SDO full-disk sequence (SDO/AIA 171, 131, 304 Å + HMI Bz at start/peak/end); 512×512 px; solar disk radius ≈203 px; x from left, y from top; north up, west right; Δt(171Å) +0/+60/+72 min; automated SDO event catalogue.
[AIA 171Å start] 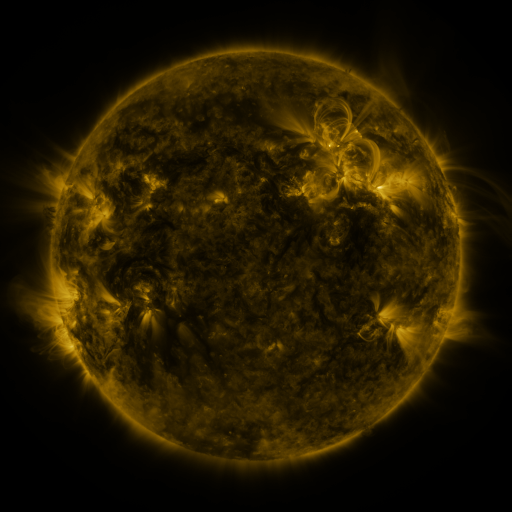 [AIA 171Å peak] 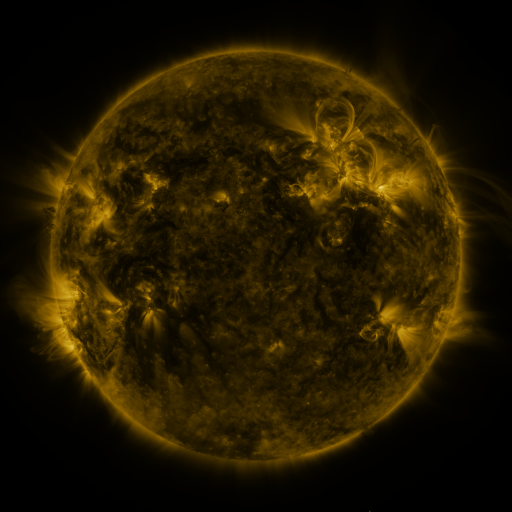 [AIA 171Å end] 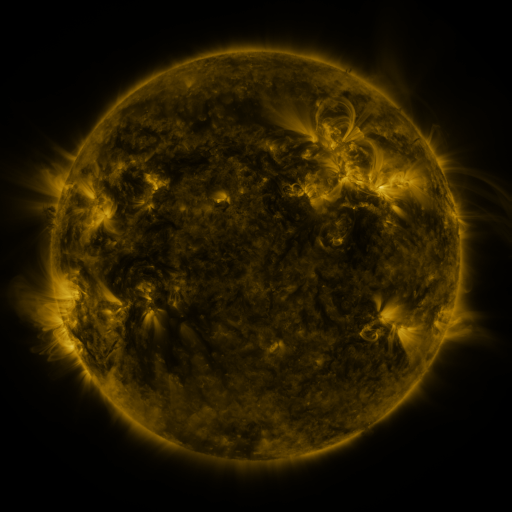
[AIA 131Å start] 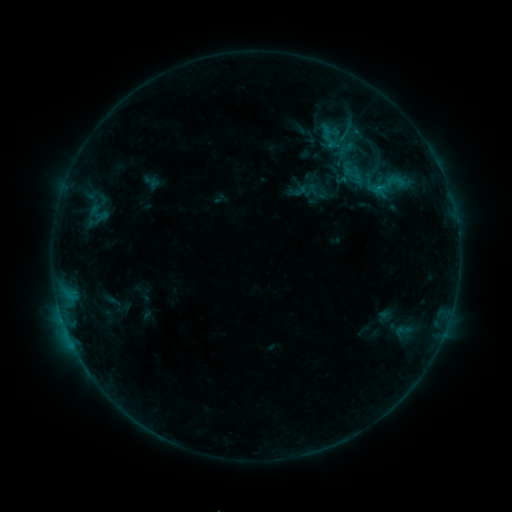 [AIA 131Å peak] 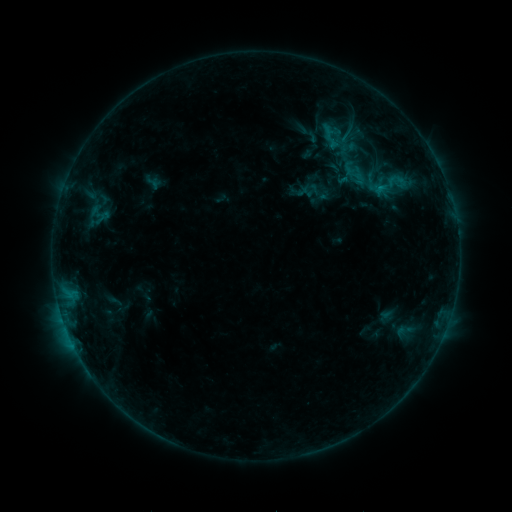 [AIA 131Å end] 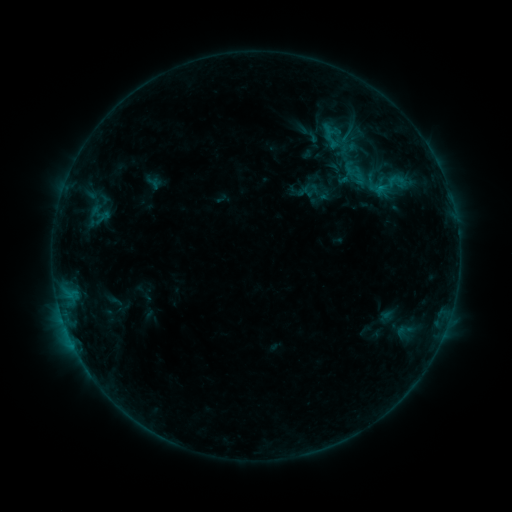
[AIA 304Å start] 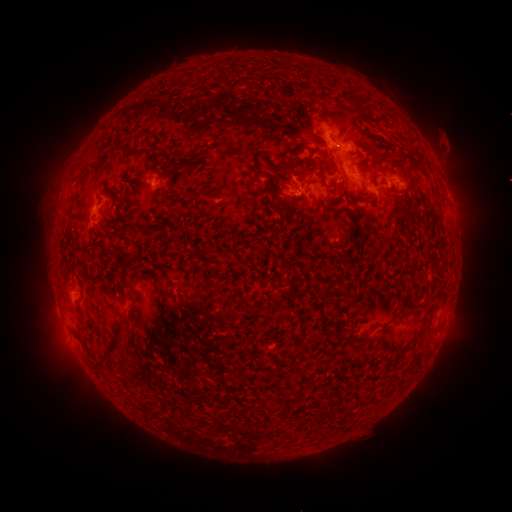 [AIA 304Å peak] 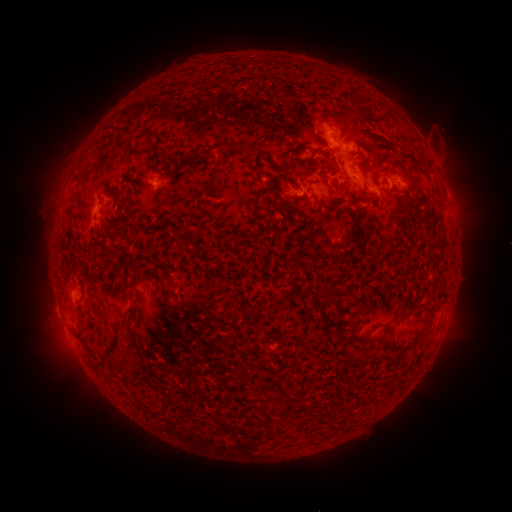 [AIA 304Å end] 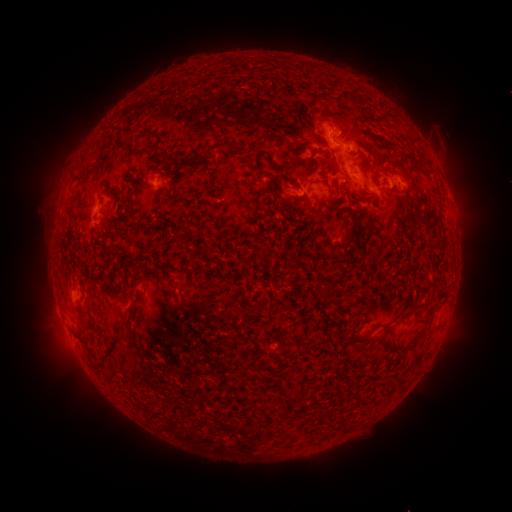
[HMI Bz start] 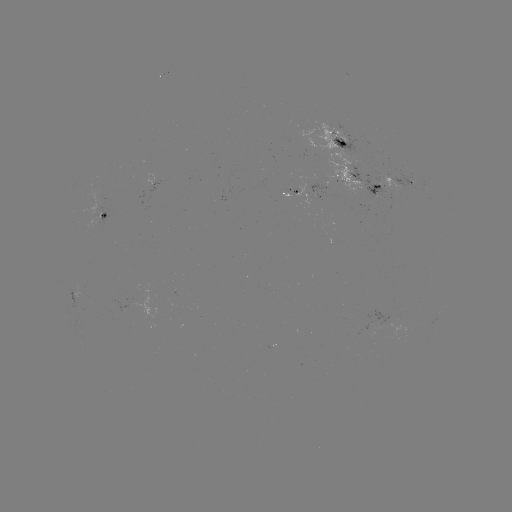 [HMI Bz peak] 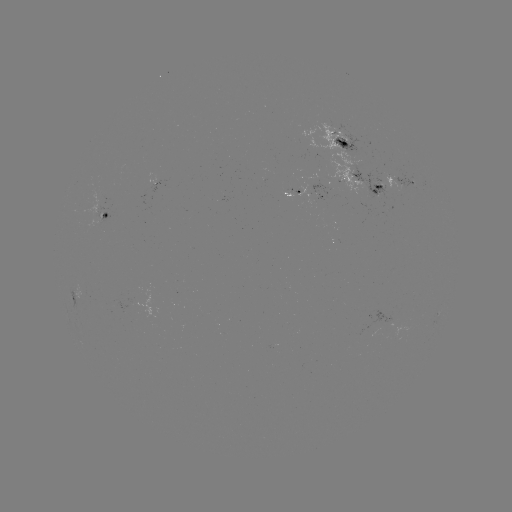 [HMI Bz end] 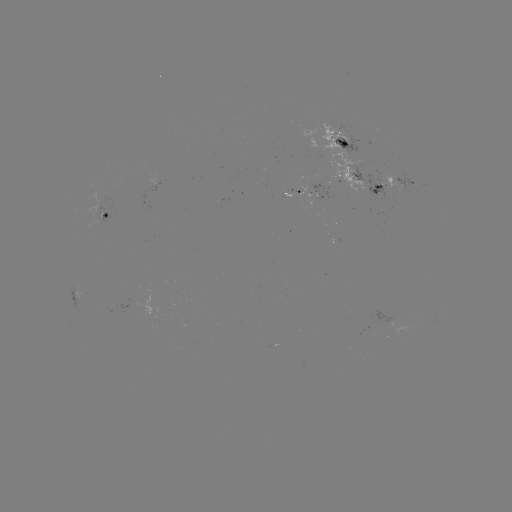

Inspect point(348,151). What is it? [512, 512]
emerging-flux region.